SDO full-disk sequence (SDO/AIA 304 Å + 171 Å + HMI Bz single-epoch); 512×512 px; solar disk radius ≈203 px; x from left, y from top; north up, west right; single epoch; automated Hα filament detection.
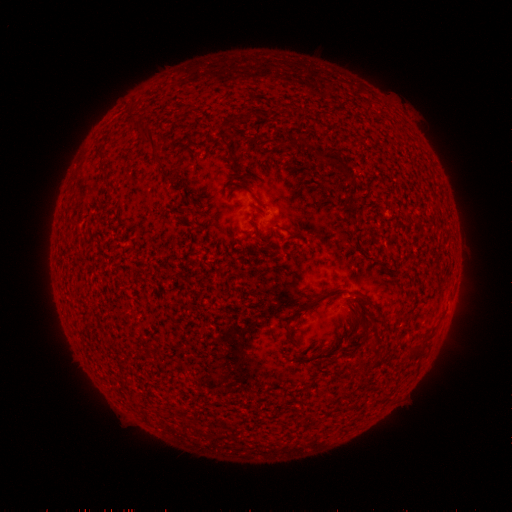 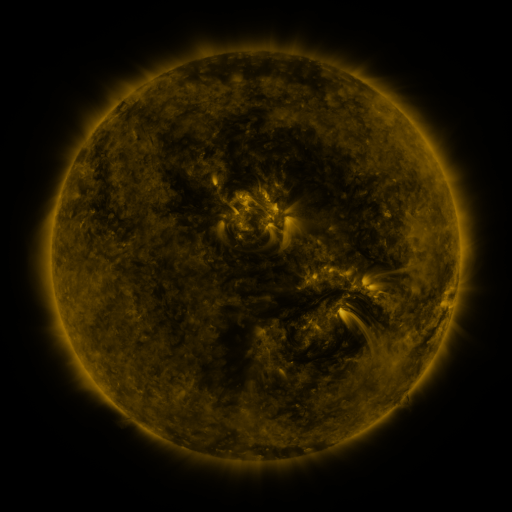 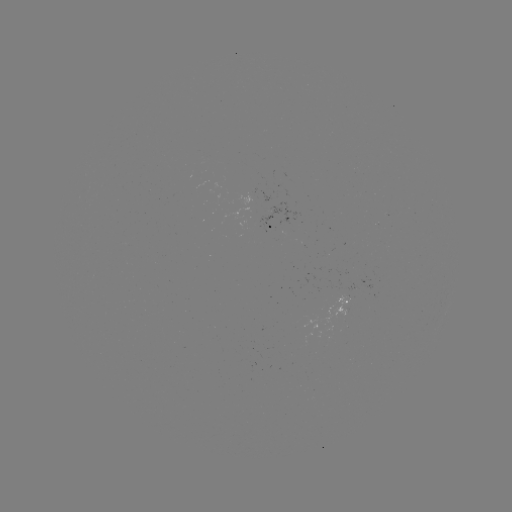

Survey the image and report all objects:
filament: (250, 115)
filament: (151, 137)
filament: (226, 144)
filament: (339, 163)
filament: (354, 294)
filament: (315, 302)
filament: (416, 353)
